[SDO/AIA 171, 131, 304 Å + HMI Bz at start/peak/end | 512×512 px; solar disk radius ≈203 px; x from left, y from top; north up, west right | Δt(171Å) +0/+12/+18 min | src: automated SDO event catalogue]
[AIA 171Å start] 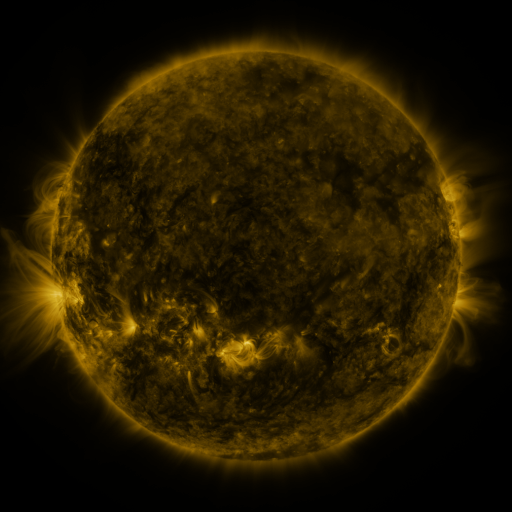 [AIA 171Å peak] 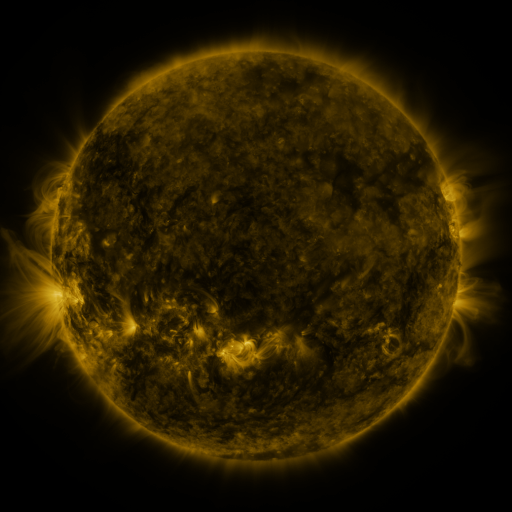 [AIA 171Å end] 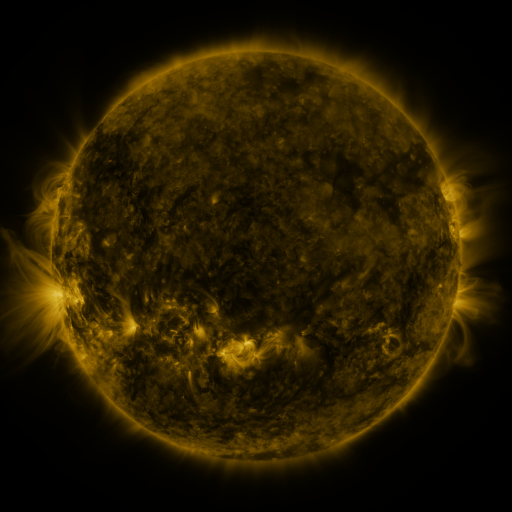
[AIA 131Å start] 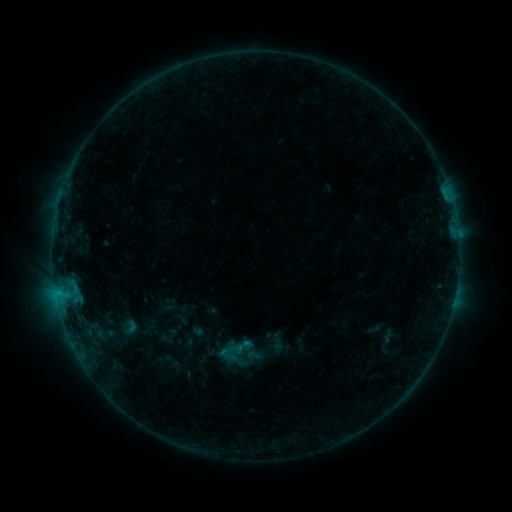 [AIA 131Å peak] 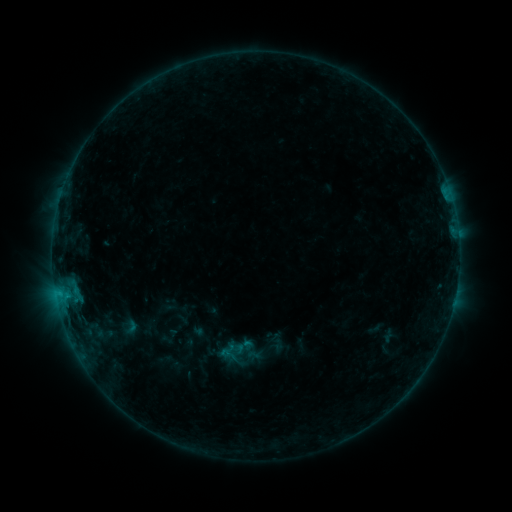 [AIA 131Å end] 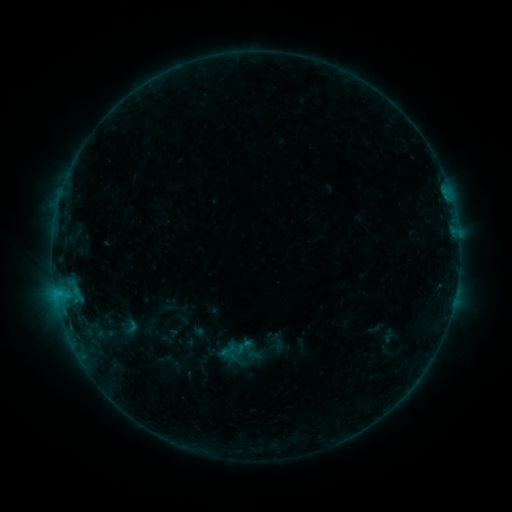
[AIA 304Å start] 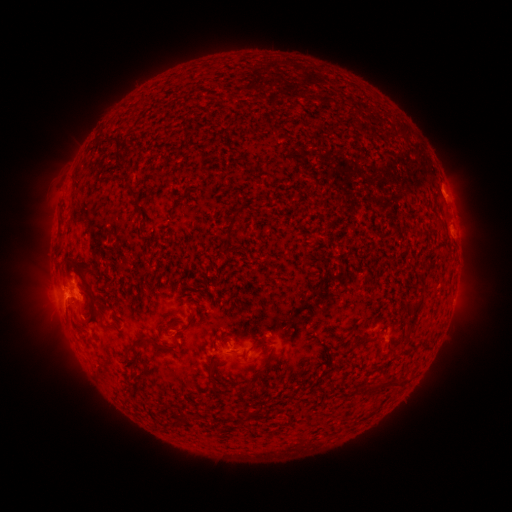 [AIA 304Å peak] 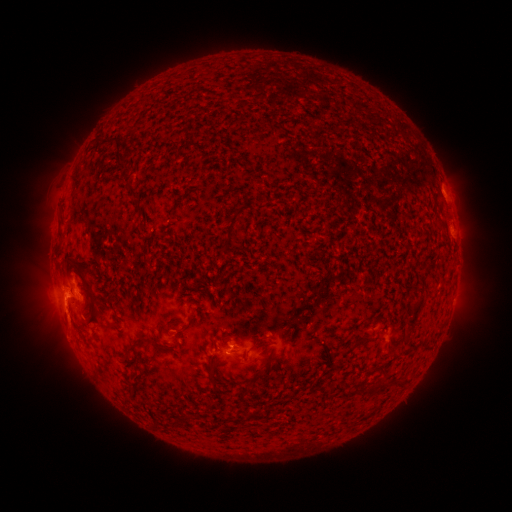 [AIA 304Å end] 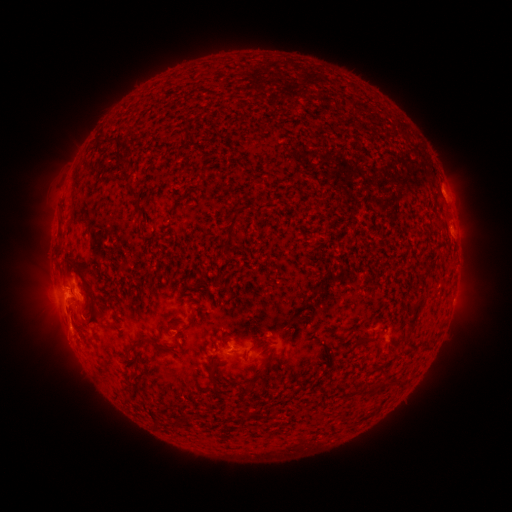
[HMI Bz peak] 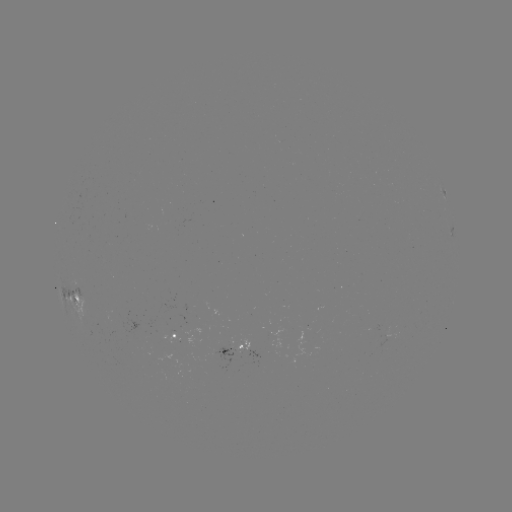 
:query eruption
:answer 64,320